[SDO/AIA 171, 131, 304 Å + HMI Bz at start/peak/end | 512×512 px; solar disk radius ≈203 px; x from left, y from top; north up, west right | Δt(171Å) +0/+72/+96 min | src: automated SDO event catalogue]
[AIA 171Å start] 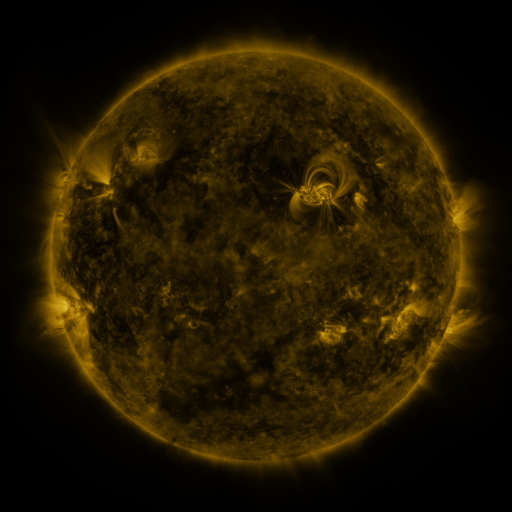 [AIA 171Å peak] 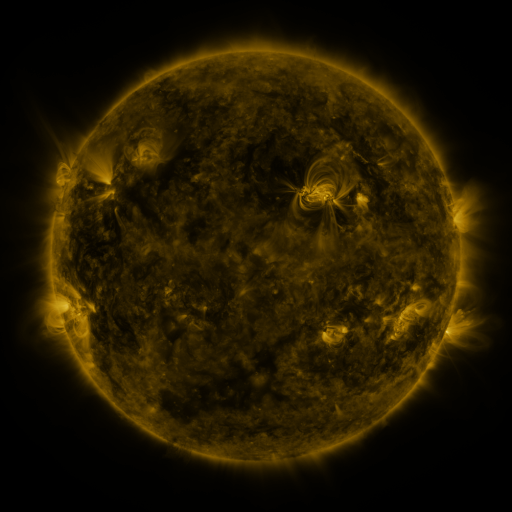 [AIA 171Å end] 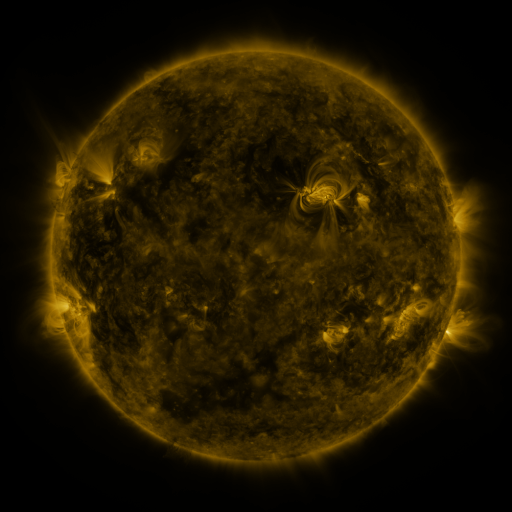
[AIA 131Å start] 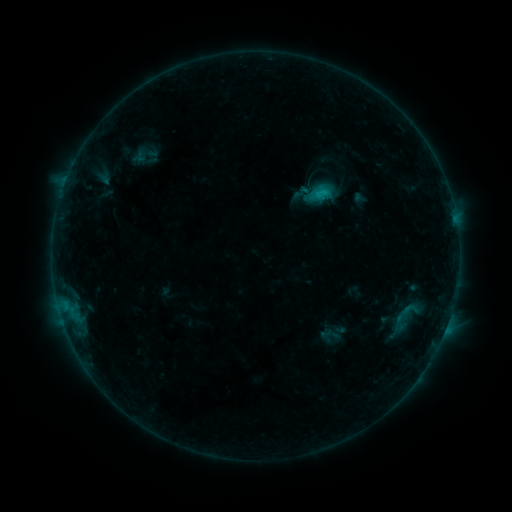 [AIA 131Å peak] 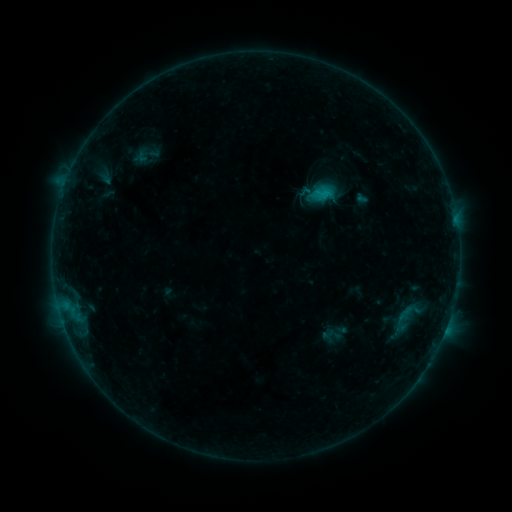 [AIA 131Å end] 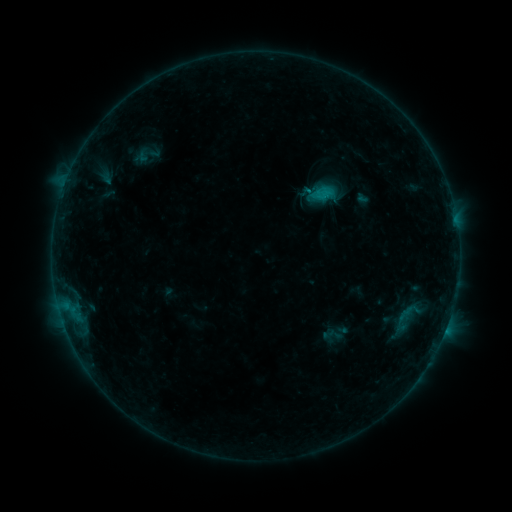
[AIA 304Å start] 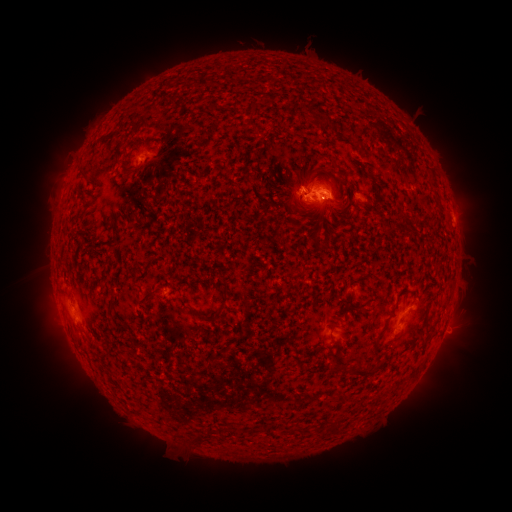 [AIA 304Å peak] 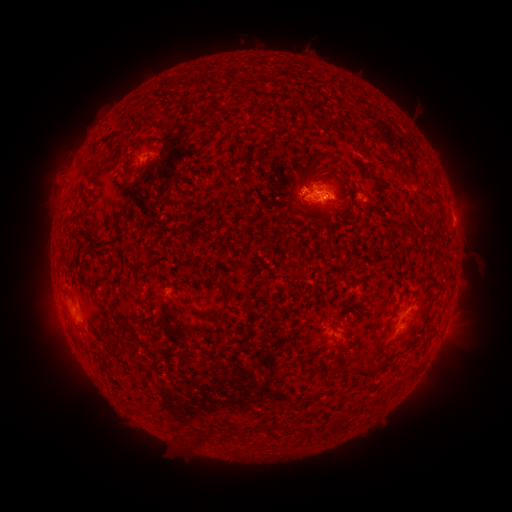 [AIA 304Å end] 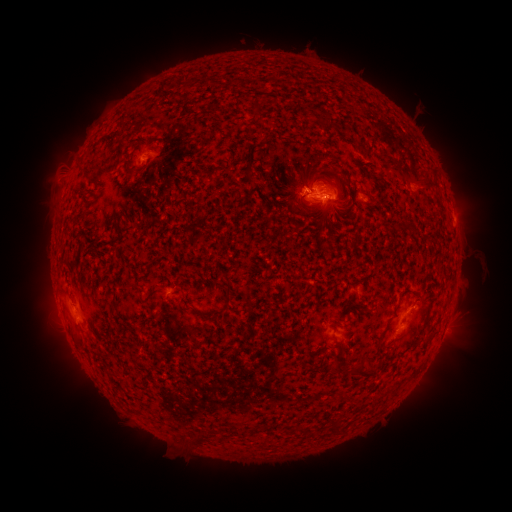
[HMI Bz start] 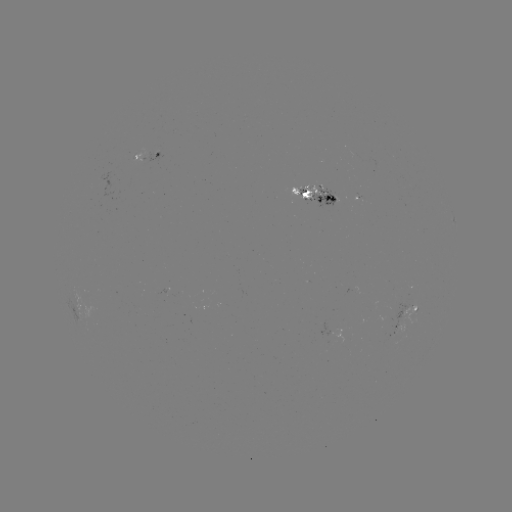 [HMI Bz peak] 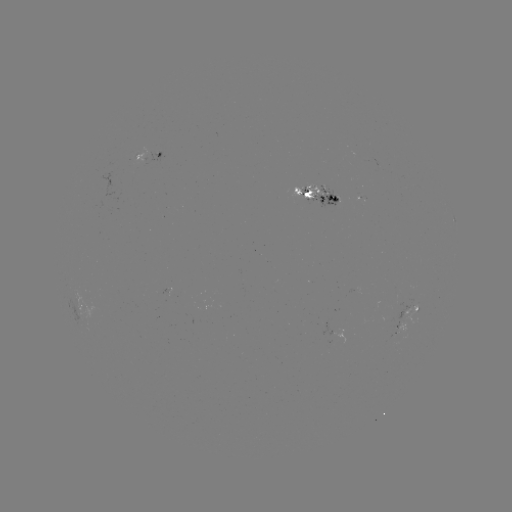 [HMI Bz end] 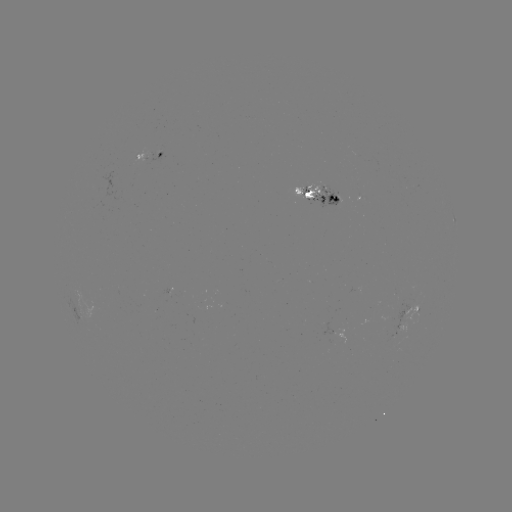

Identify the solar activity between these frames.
emerging-flux region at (303, 195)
